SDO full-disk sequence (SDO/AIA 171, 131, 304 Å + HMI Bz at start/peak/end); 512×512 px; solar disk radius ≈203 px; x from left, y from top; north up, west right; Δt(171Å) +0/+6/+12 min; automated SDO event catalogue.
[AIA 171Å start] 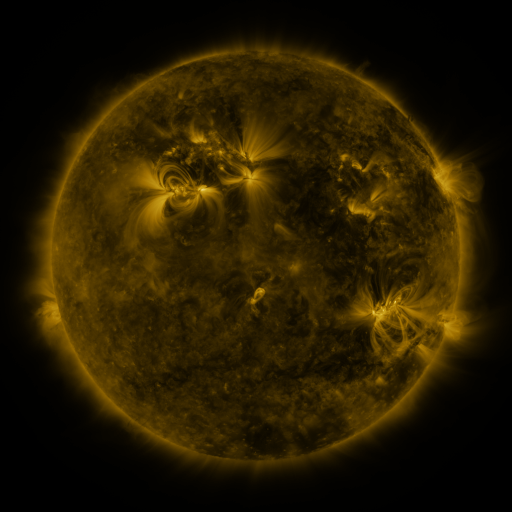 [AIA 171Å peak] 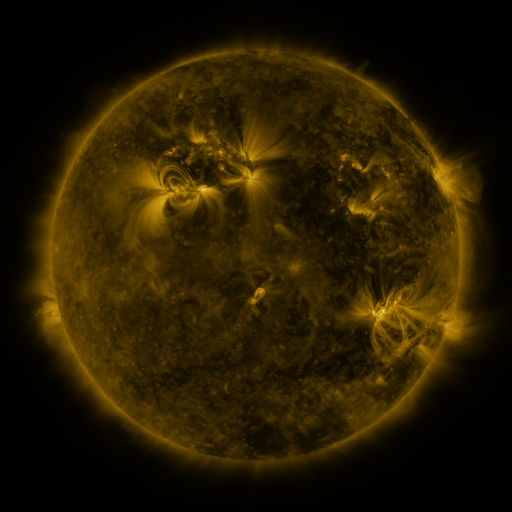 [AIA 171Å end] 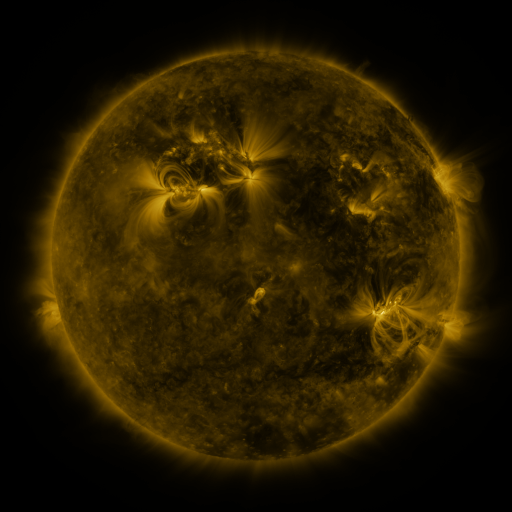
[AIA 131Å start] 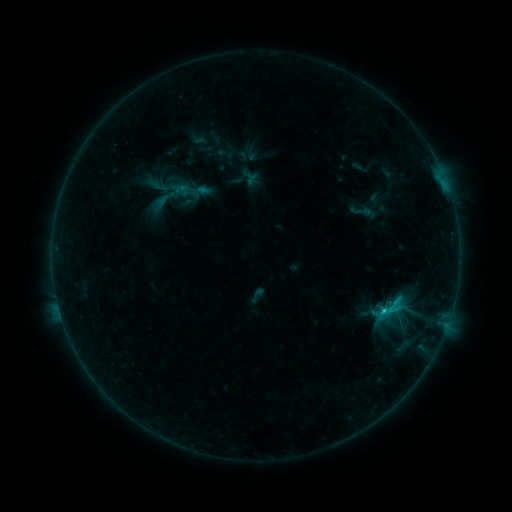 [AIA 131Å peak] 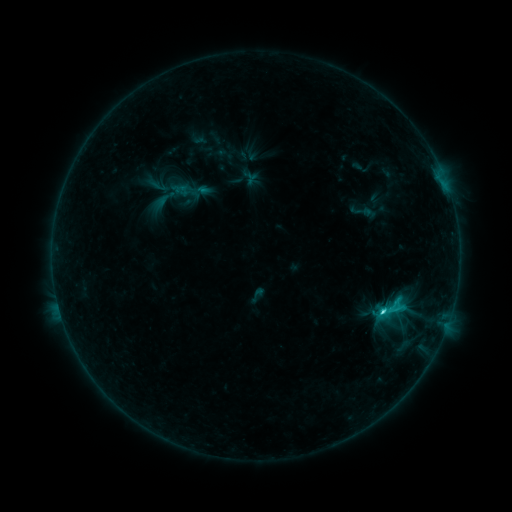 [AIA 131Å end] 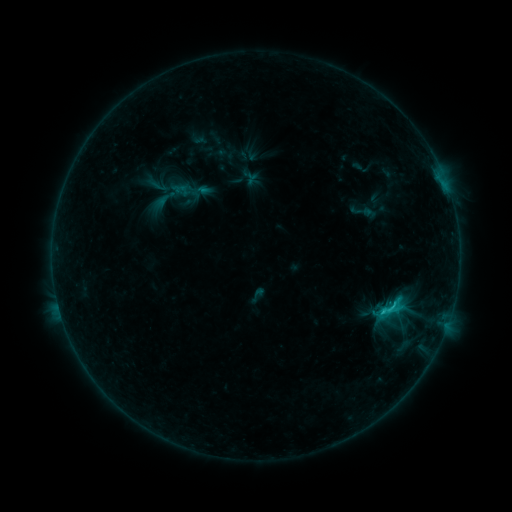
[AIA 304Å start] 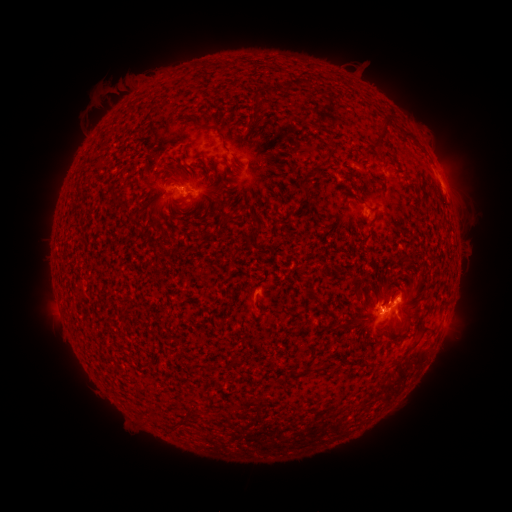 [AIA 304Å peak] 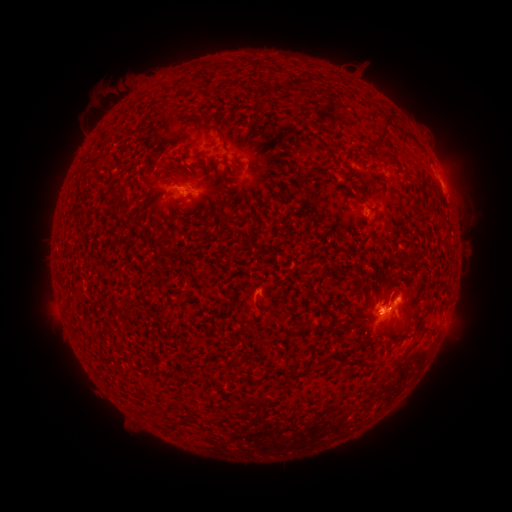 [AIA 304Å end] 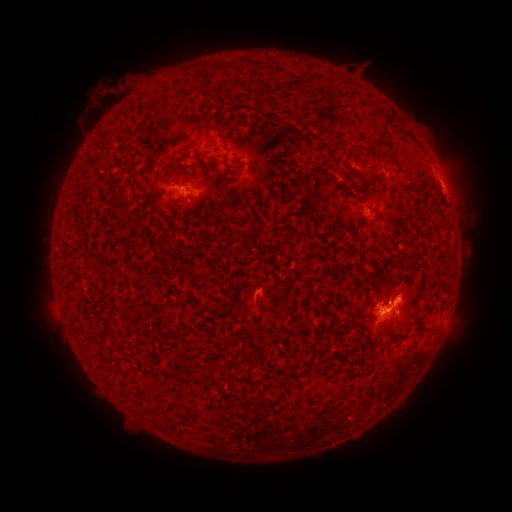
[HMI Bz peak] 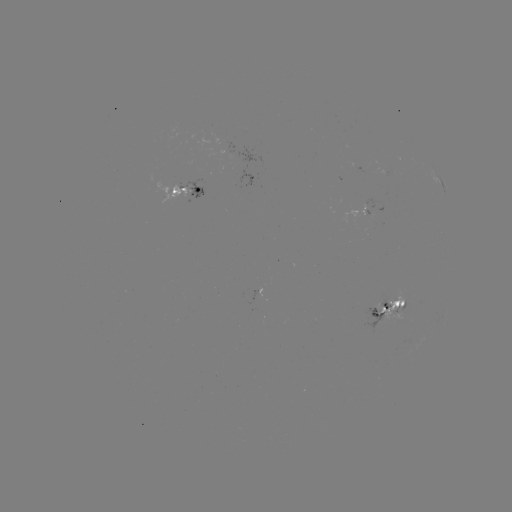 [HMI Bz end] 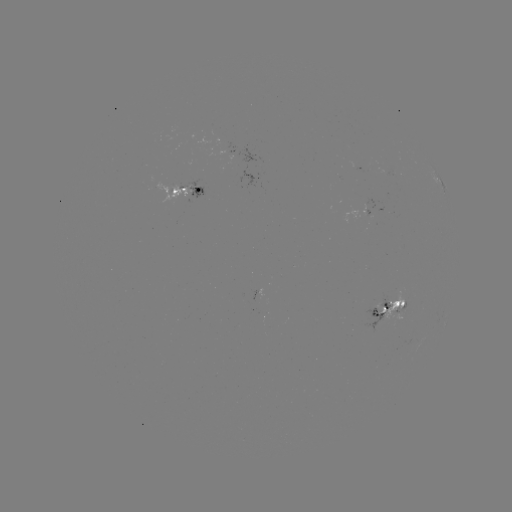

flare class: C2.6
